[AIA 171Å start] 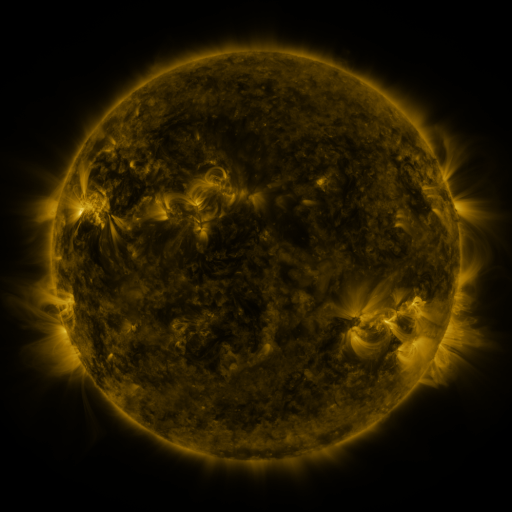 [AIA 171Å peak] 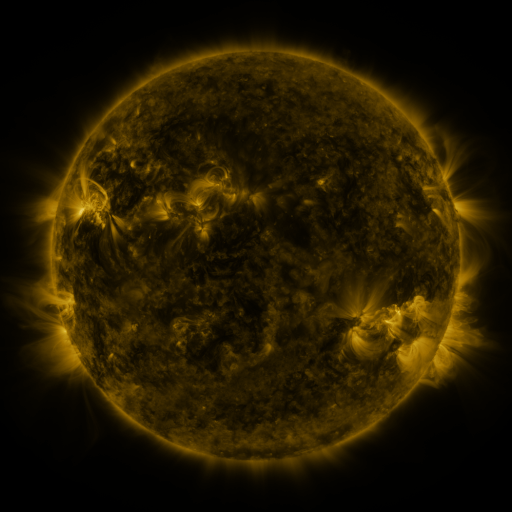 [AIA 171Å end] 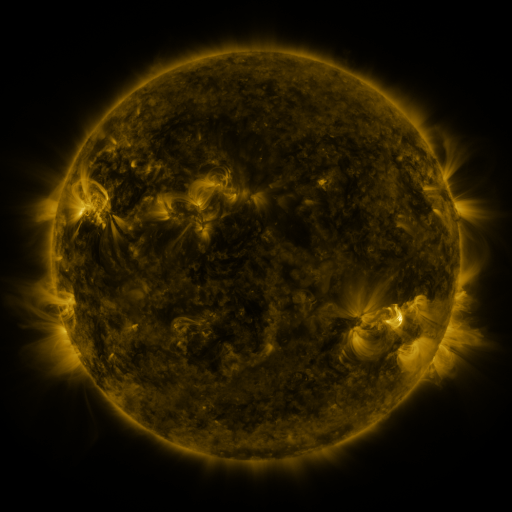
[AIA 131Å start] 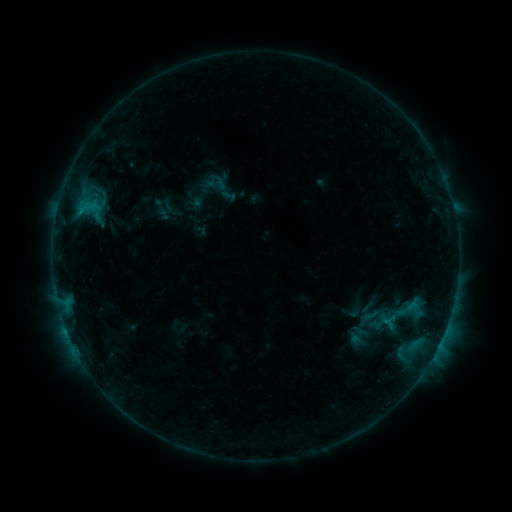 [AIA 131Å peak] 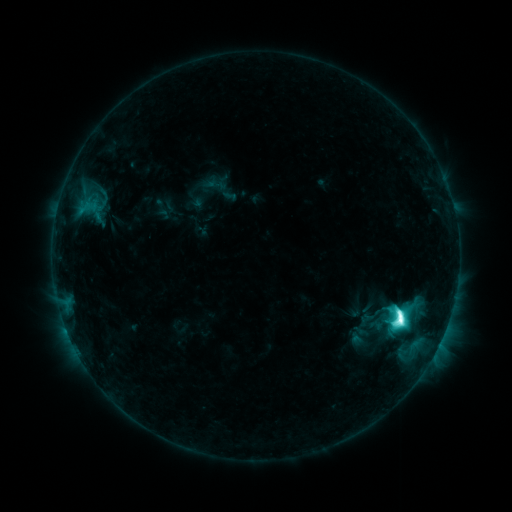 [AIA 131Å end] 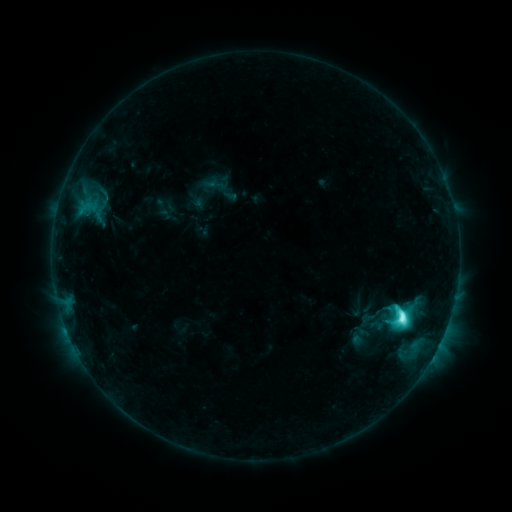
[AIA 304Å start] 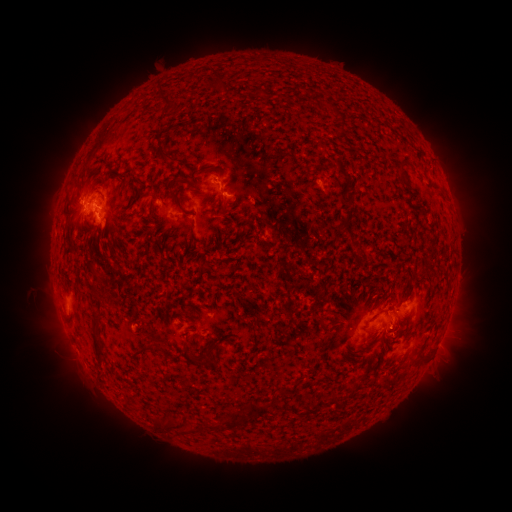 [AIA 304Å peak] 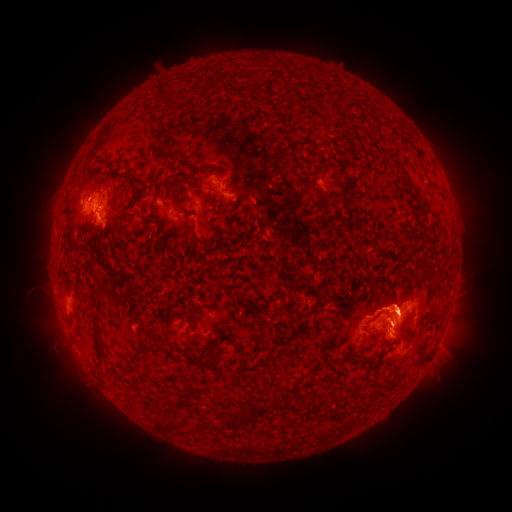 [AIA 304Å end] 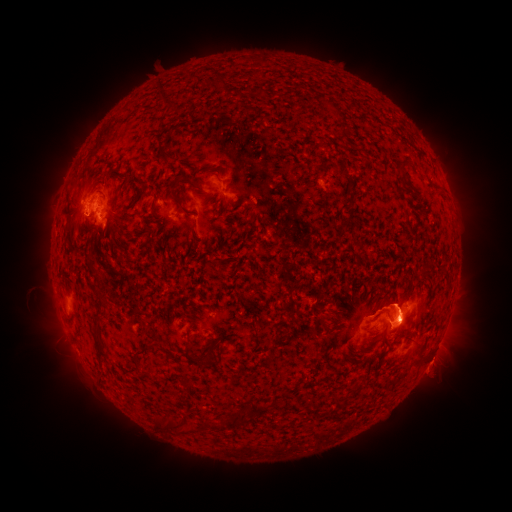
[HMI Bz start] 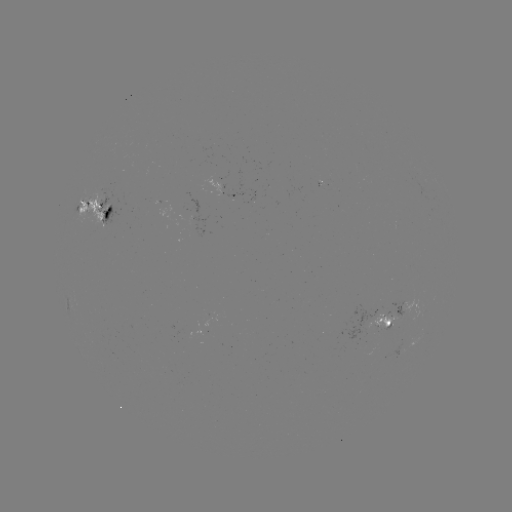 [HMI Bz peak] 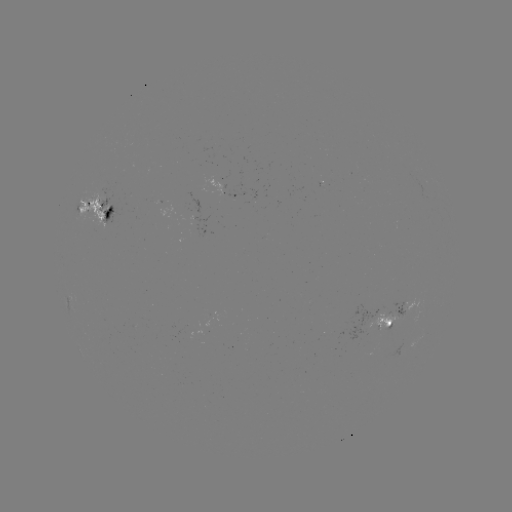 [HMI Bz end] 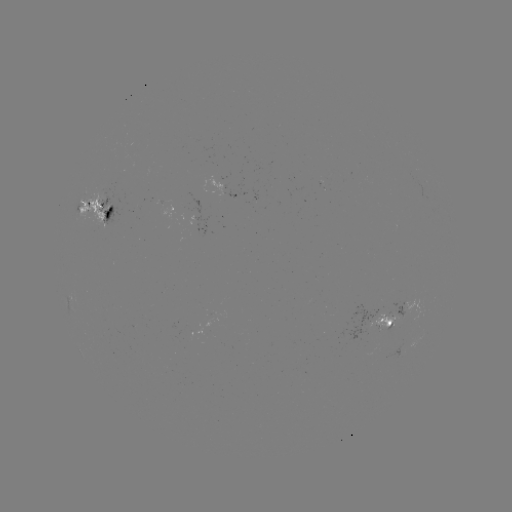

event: flare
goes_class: M1.9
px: (400, 317)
